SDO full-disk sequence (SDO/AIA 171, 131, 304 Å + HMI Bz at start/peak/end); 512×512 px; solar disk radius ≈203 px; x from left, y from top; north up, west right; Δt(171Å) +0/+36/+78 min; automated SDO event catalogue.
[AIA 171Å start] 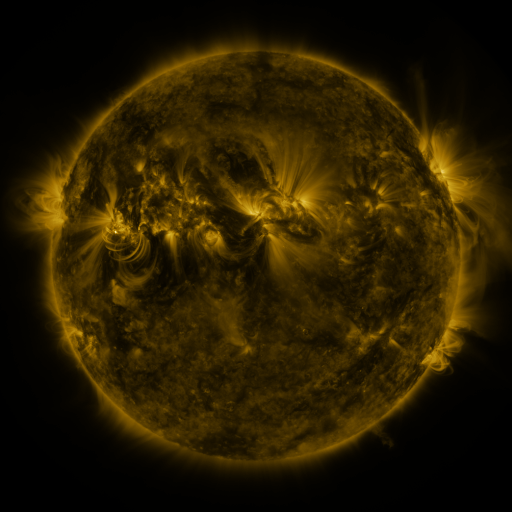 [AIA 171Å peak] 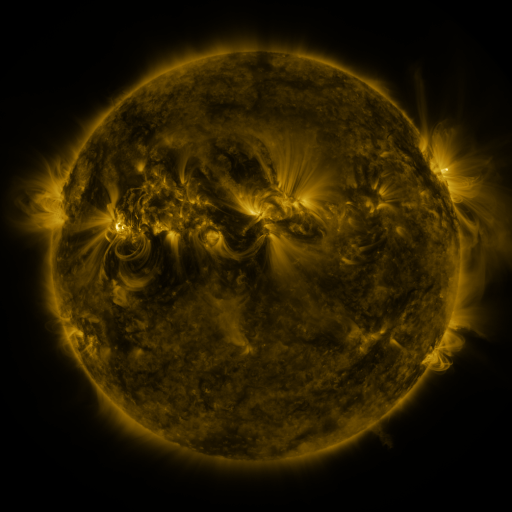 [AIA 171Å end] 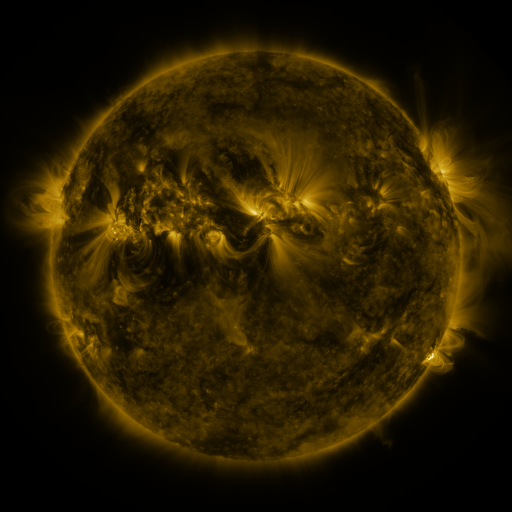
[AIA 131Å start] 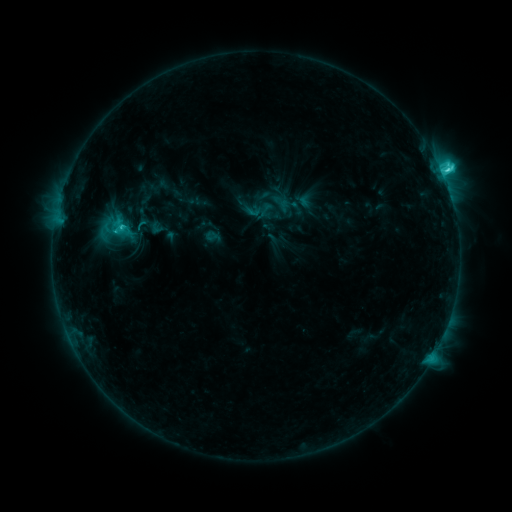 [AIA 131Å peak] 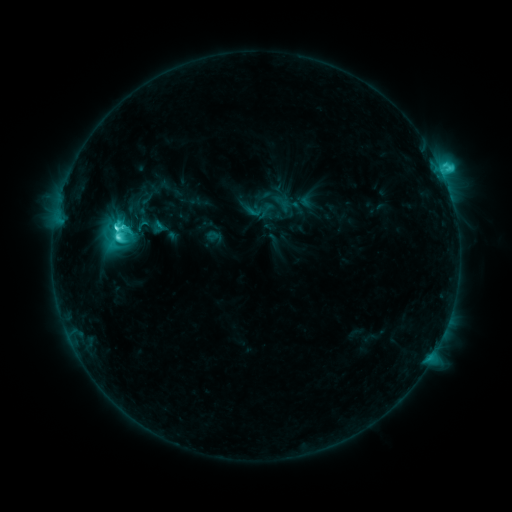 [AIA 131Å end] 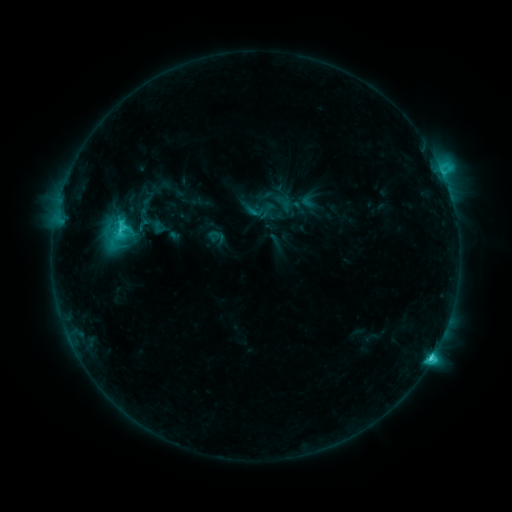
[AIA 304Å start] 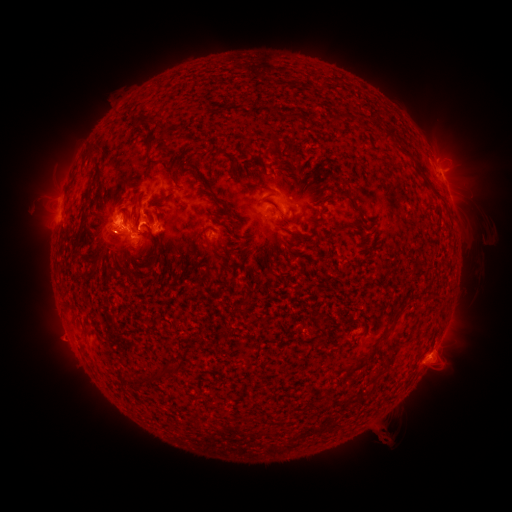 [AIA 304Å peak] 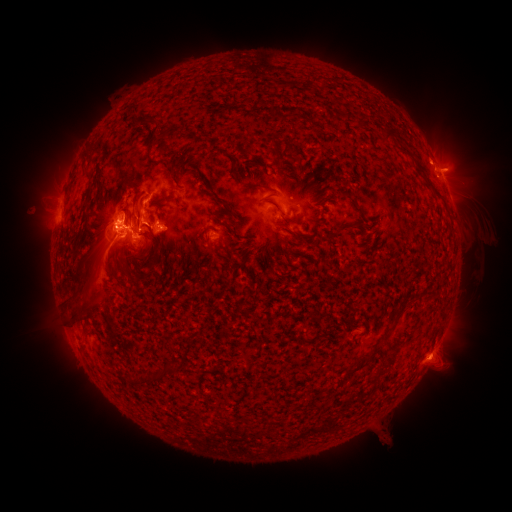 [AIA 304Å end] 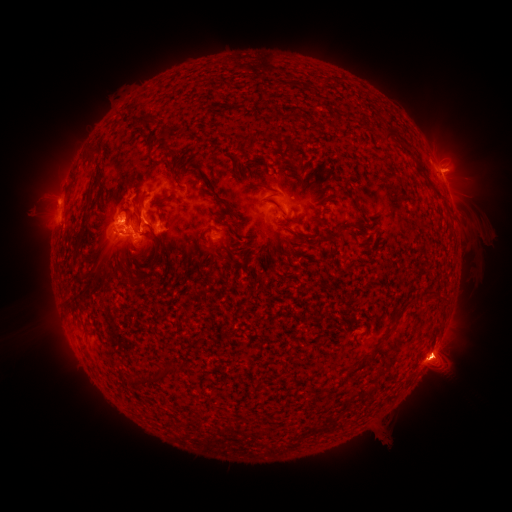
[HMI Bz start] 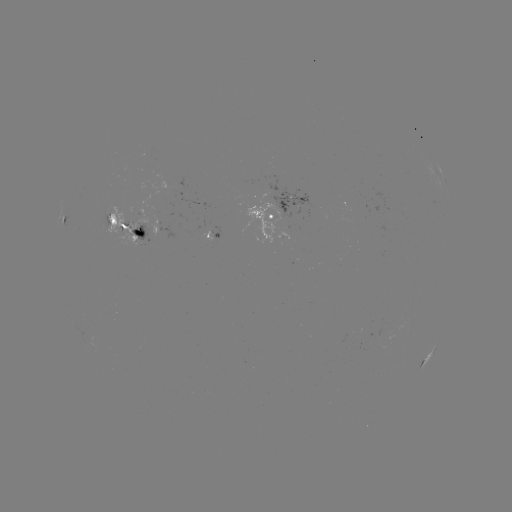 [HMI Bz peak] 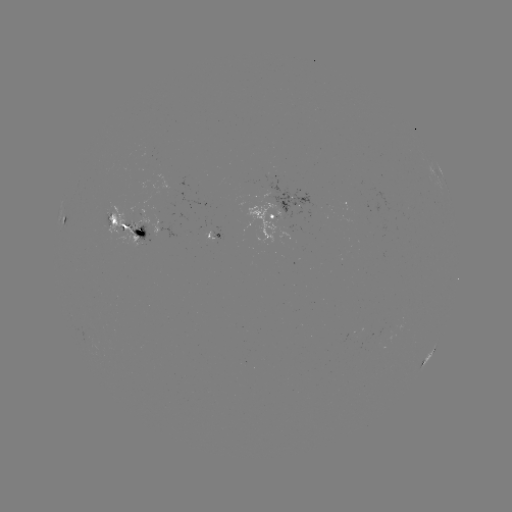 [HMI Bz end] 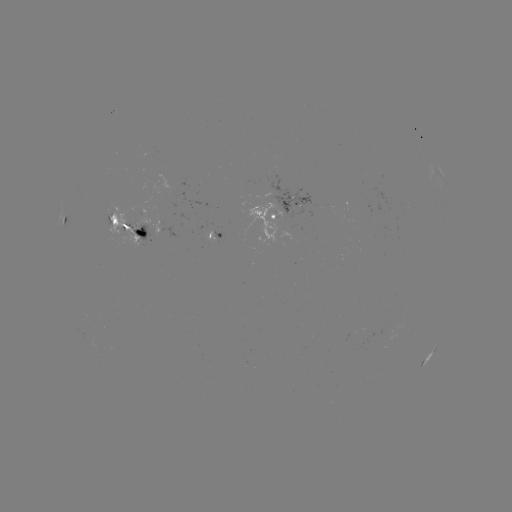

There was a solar eruption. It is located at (101, 274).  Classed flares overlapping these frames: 1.